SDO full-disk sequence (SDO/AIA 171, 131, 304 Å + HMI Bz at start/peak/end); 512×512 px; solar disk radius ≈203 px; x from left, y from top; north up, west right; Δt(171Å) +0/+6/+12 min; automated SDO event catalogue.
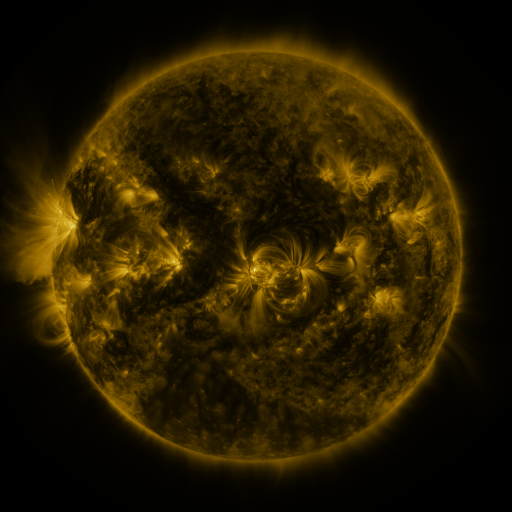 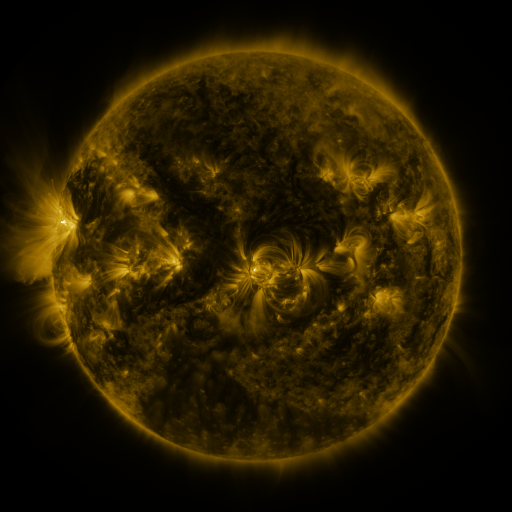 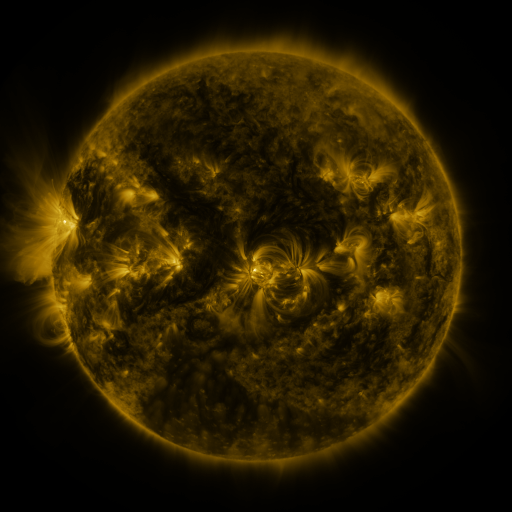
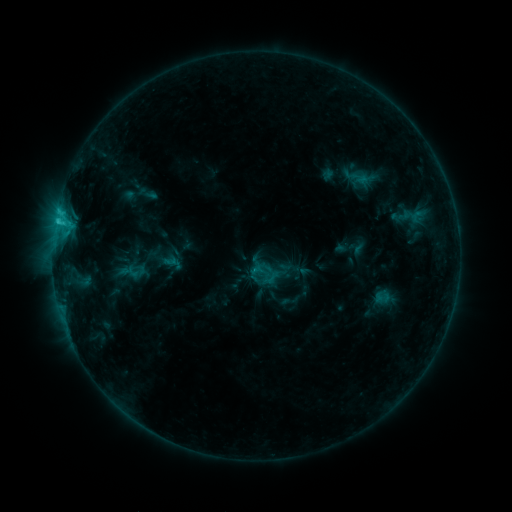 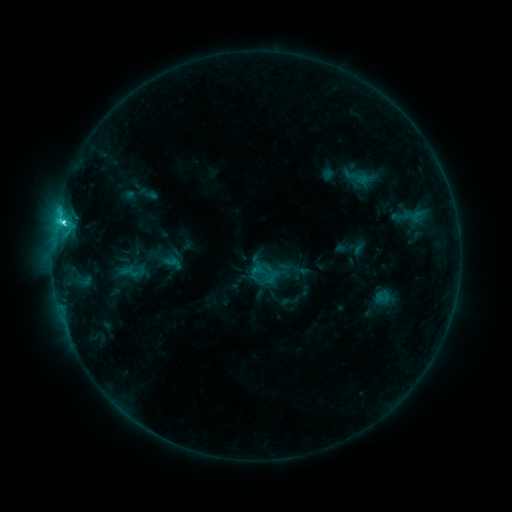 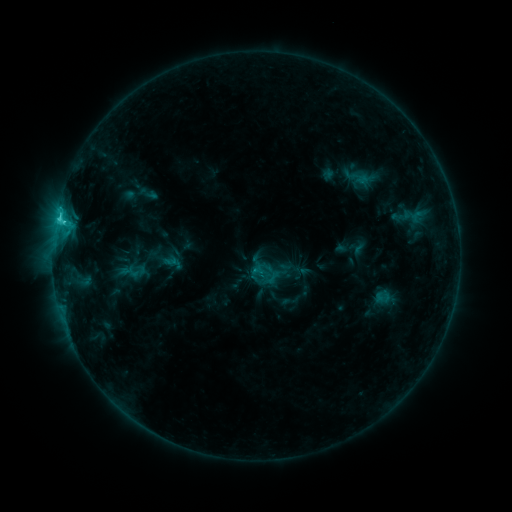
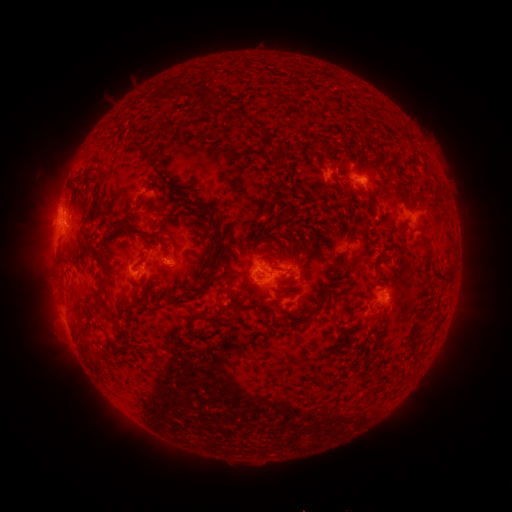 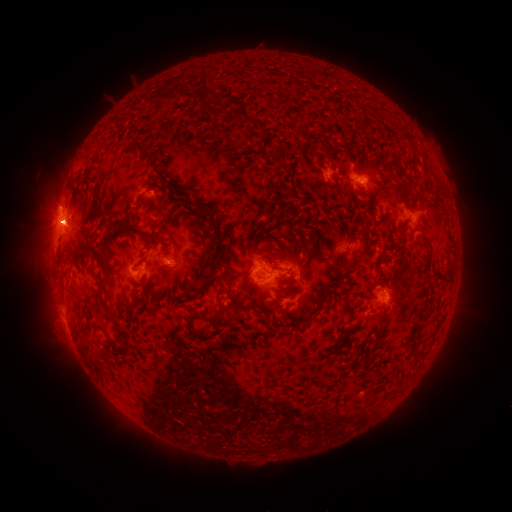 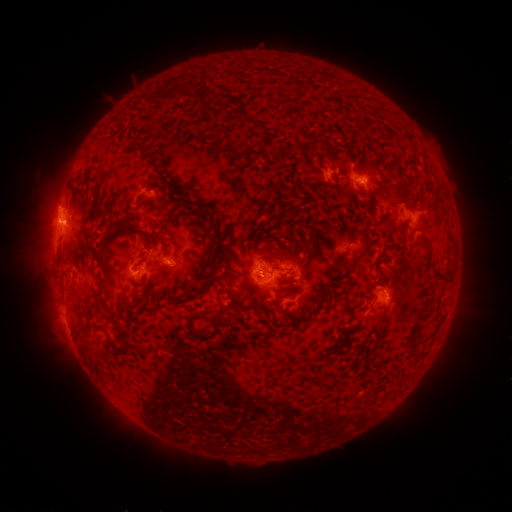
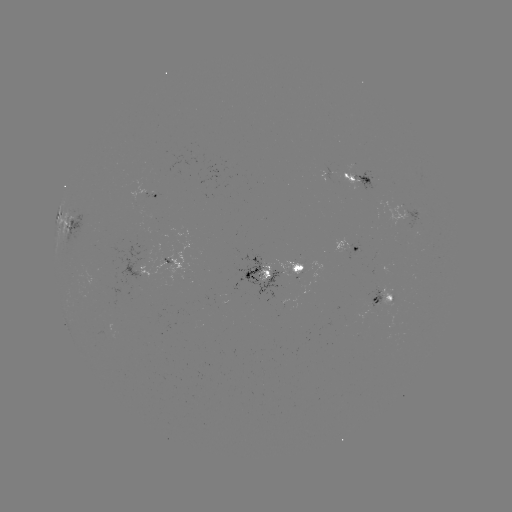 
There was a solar flare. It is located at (63, 225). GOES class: C4.1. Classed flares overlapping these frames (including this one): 1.